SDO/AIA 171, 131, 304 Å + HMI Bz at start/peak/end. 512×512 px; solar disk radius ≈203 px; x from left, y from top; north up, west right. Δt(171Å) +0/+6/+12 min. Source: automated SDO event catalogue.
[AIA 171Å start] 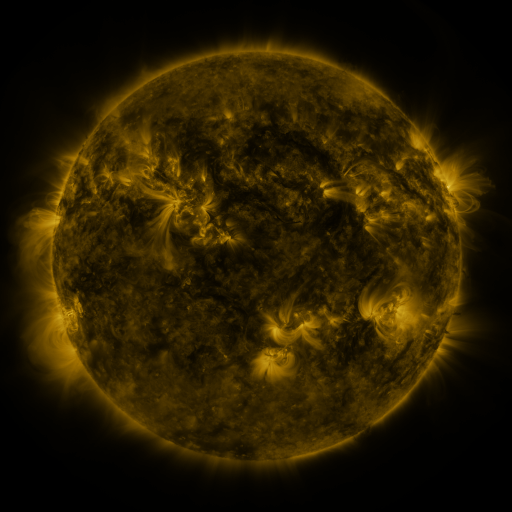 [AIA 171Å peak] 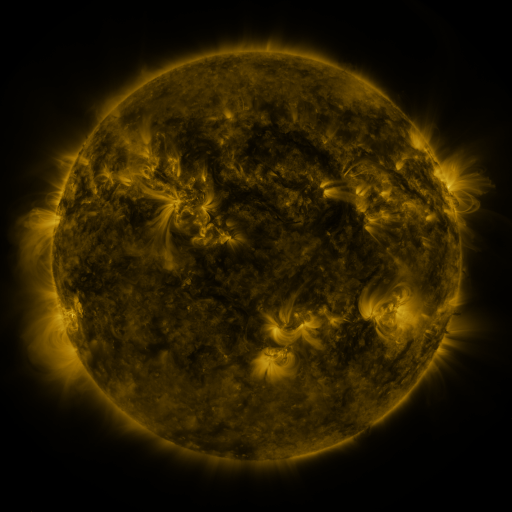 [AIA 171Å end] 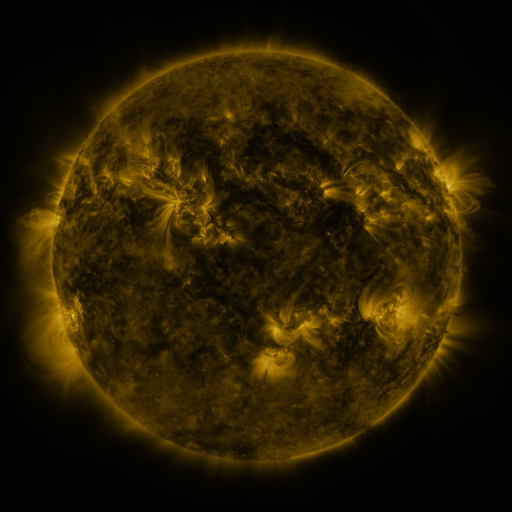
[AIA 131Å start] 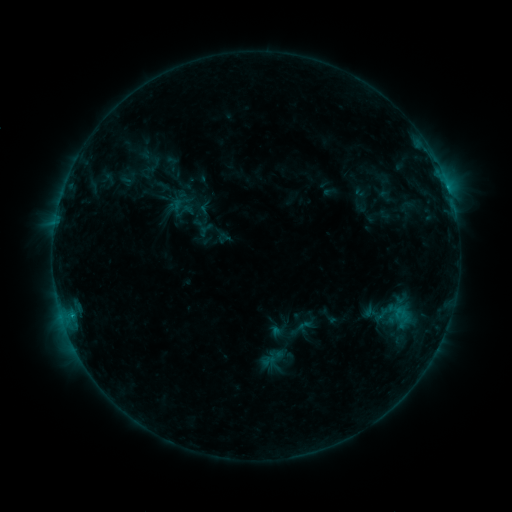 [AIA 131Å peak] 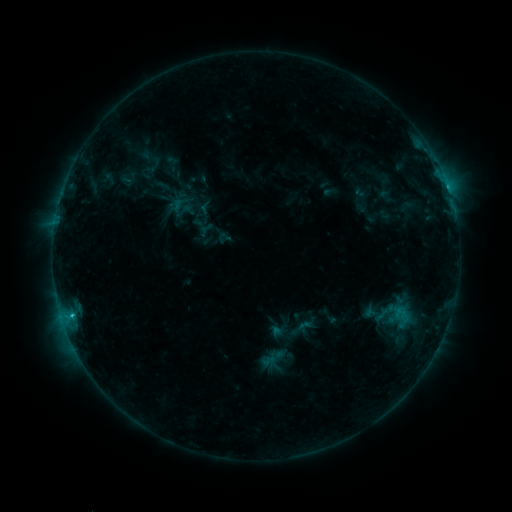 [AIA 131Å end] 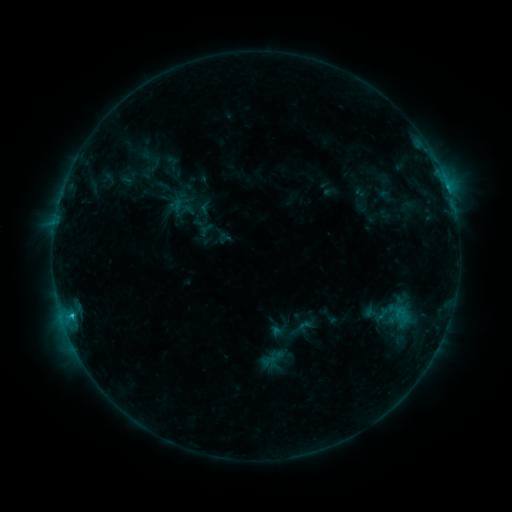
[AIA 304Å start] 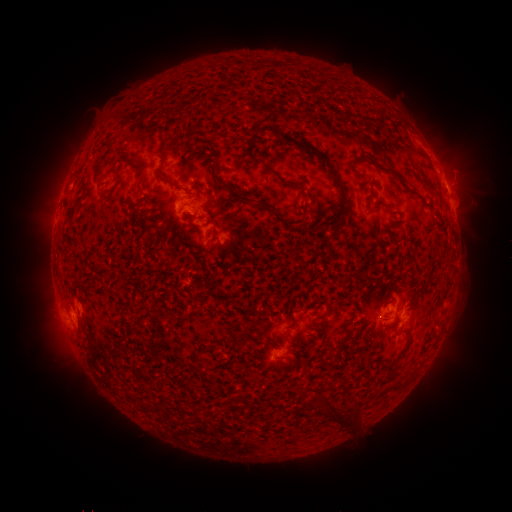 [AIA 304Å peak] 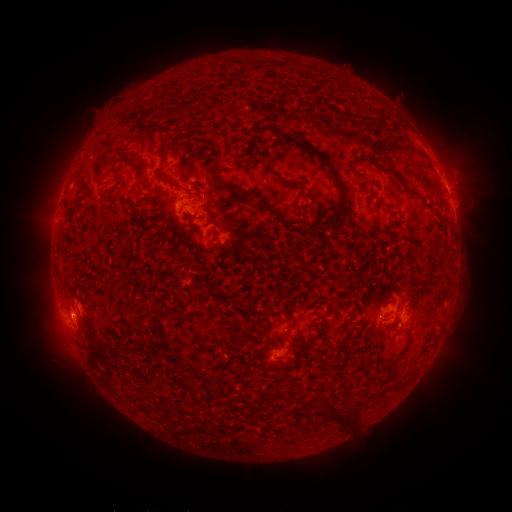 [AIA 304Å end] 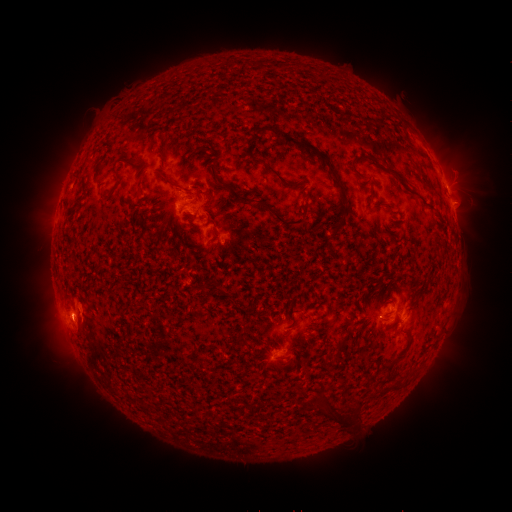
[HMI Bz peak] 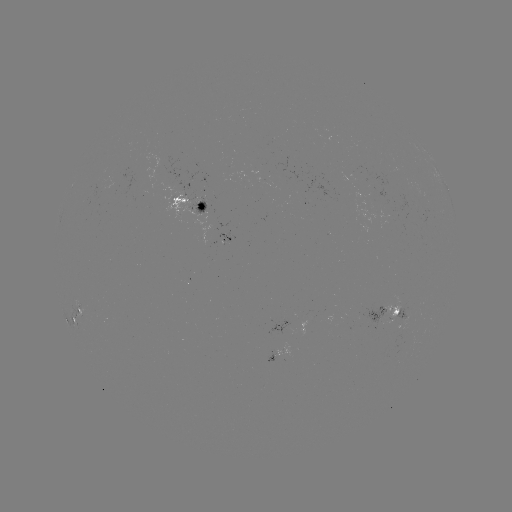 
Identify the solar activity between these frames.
eruption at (77, 325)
